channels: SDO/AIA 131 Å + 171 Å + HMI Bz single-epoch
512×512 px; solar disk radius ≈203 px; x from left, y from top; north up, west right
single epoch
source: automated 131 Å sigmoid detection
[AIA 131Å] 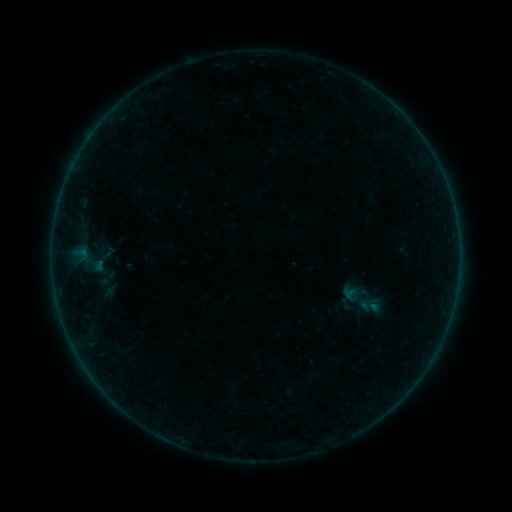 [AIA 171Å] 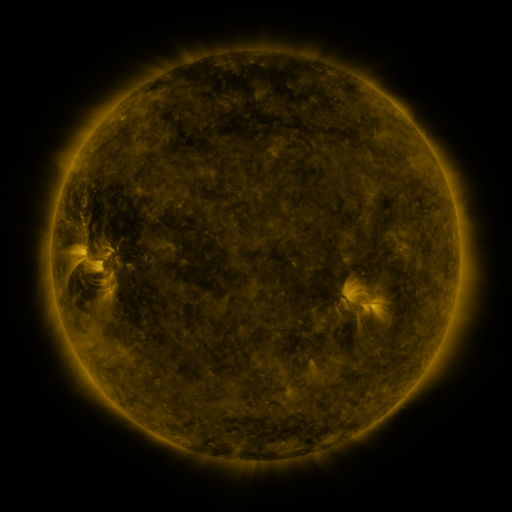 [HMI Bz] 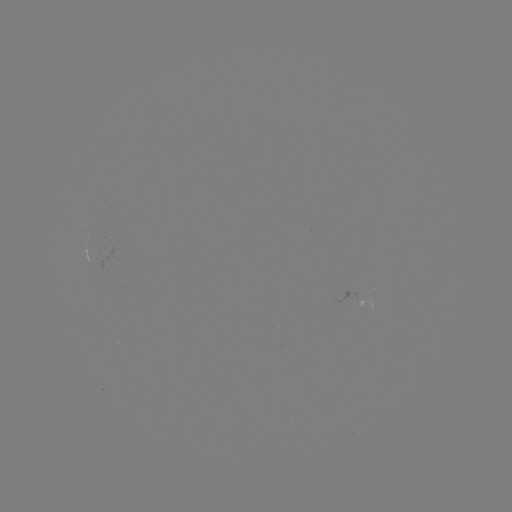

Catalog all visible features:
sigmoid: (363, 299)
